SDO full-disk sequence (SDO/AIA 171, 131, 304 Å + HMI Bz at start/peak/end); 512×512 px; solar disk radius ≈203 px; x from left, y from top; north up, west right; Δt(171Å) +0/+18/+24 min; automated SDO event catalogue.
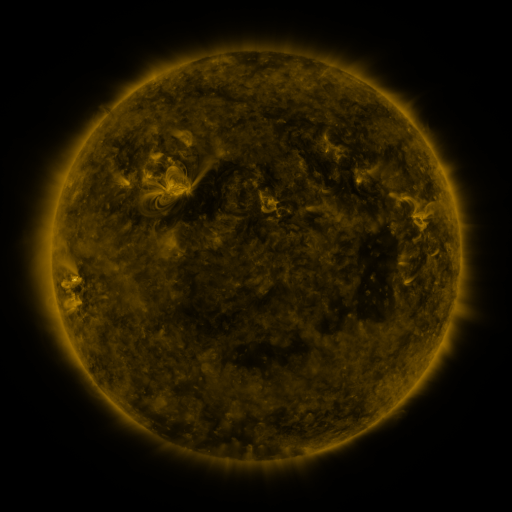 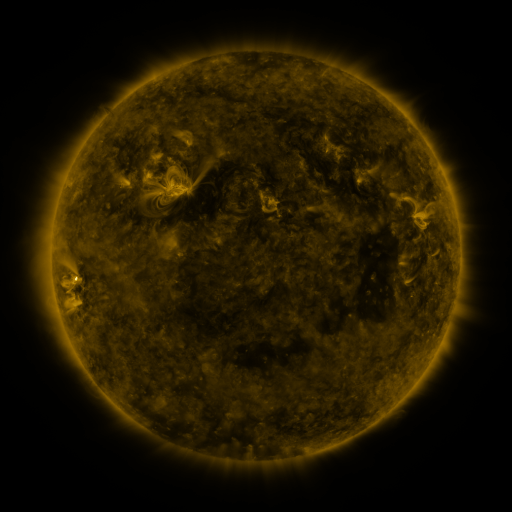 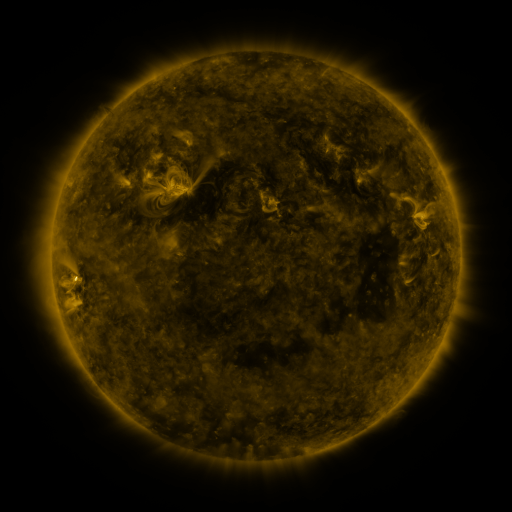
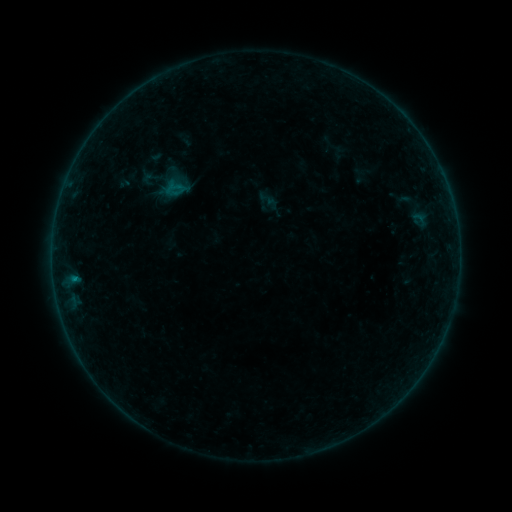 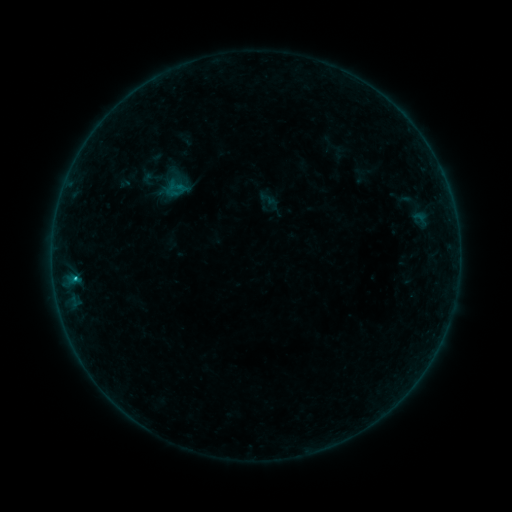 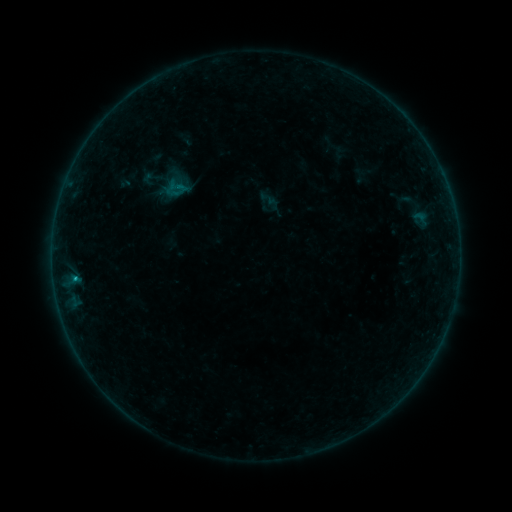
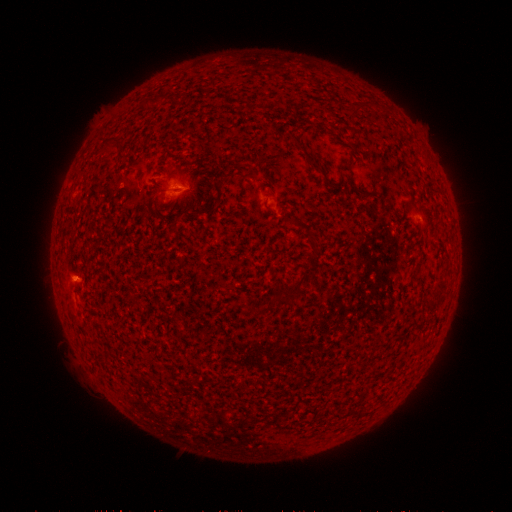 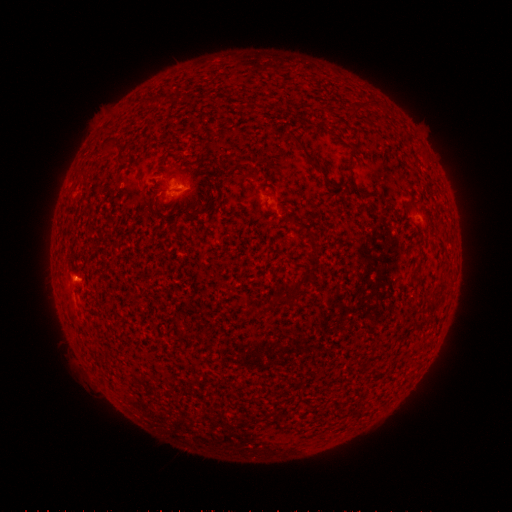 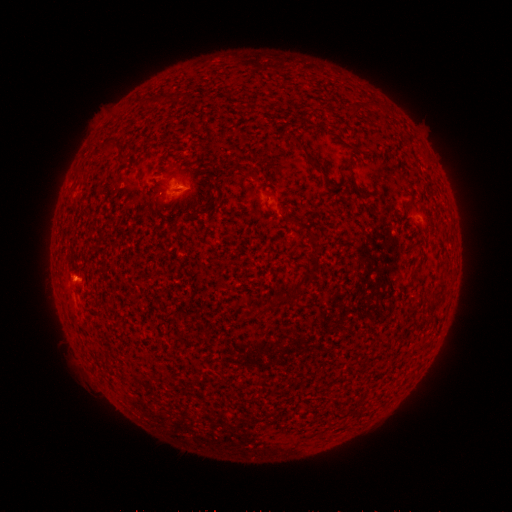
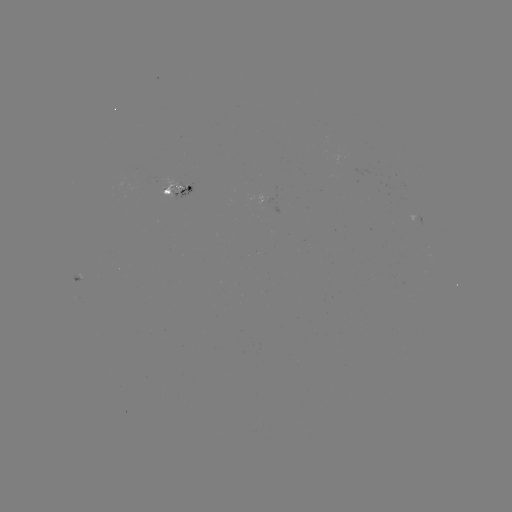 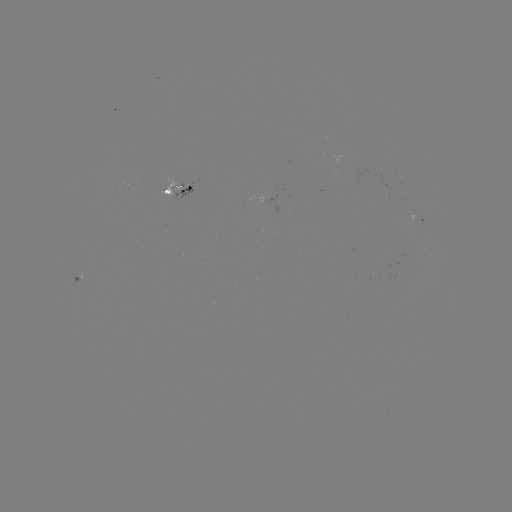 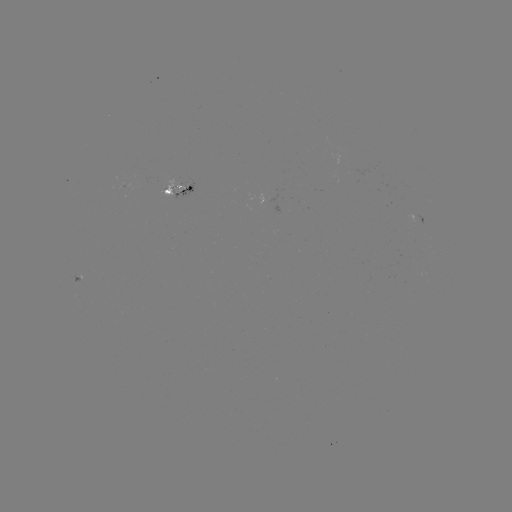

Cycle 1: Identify B4.8 flare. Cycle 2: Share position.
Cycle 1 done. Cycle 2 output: (76, 276).